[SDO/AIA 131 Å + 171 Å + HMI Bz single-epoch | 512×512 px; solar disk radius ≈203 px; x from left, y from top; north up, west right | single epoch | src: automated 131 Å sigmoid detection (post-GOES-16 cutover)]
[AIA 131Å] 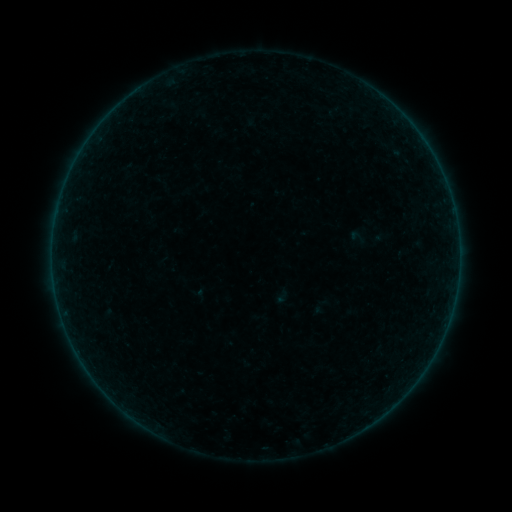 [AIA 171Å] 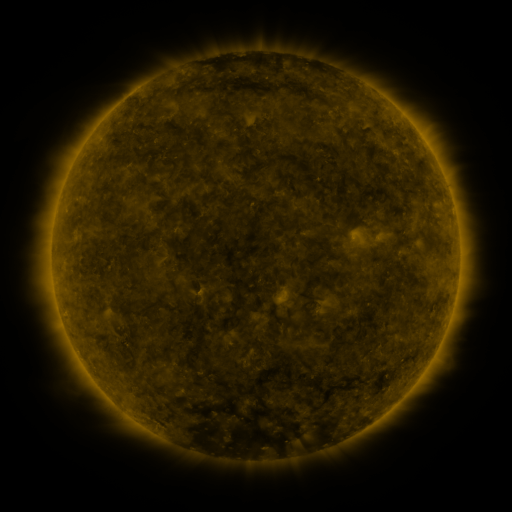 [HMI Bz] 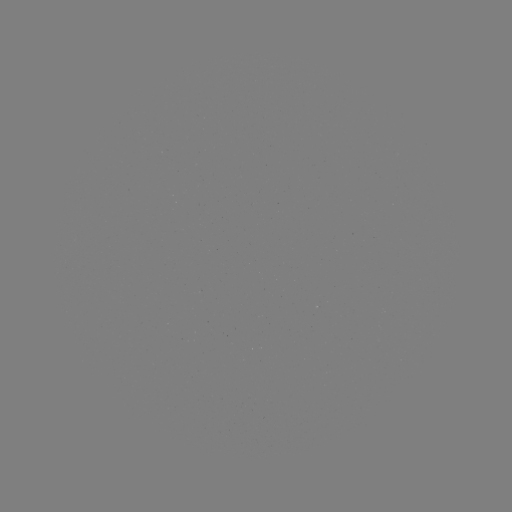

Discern sigmoid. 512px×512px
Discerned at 358,237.